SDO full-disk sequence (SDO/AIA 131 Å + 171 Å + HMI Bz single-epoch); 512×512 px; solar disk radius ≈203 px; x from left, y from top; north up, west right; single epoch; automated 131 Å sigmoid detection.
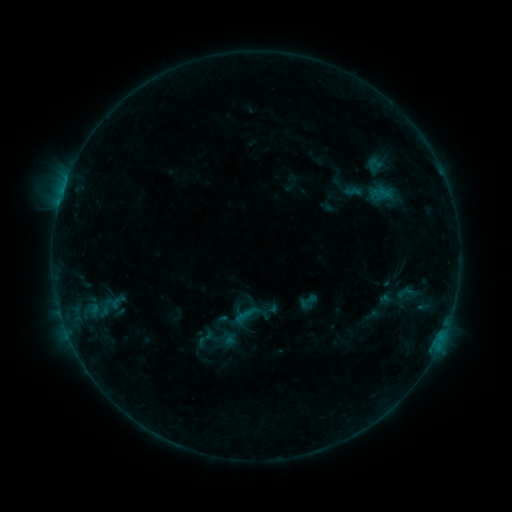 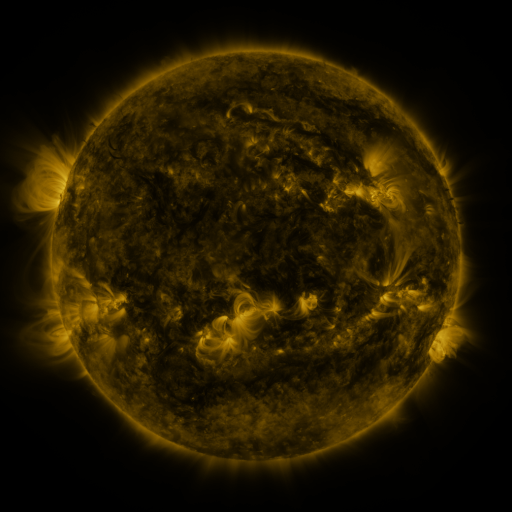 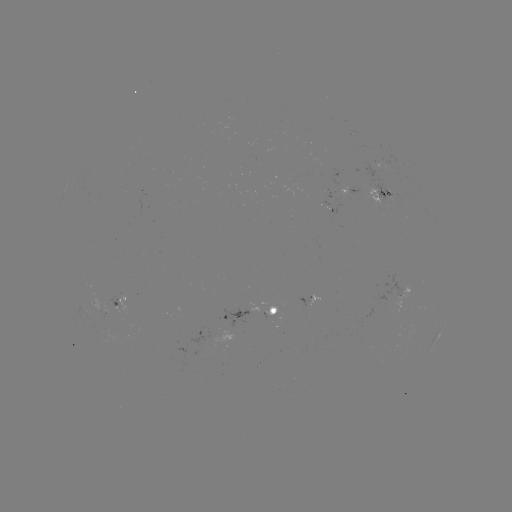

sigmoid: [188, 326, 221, 350]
